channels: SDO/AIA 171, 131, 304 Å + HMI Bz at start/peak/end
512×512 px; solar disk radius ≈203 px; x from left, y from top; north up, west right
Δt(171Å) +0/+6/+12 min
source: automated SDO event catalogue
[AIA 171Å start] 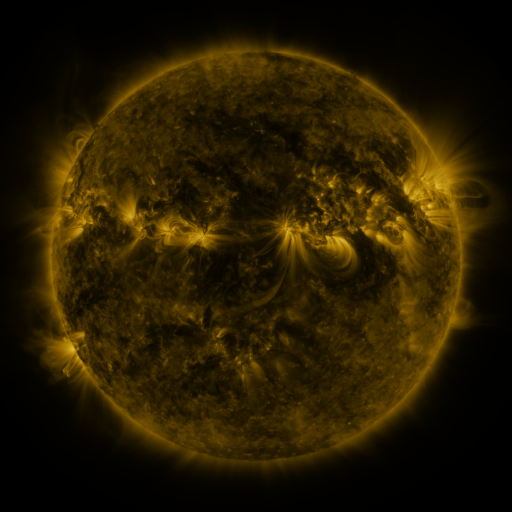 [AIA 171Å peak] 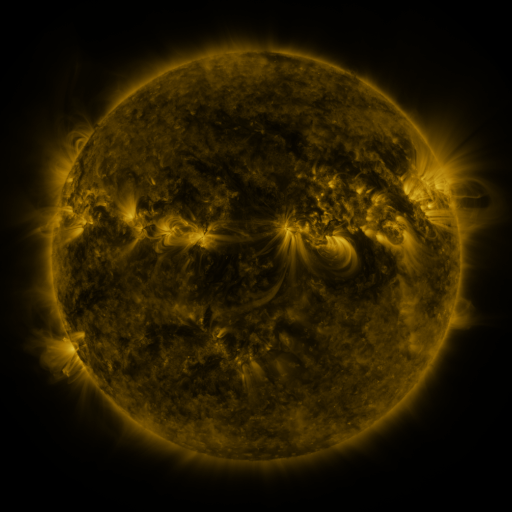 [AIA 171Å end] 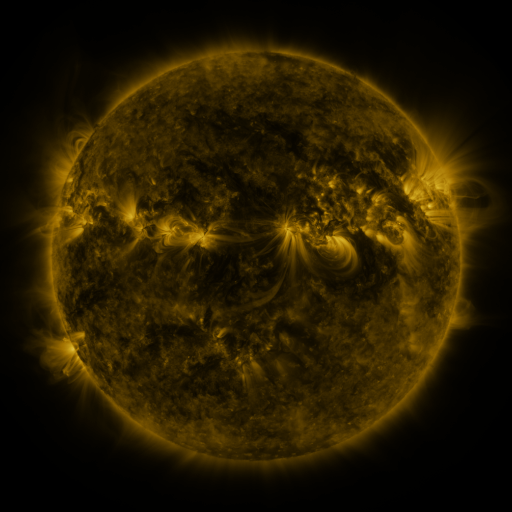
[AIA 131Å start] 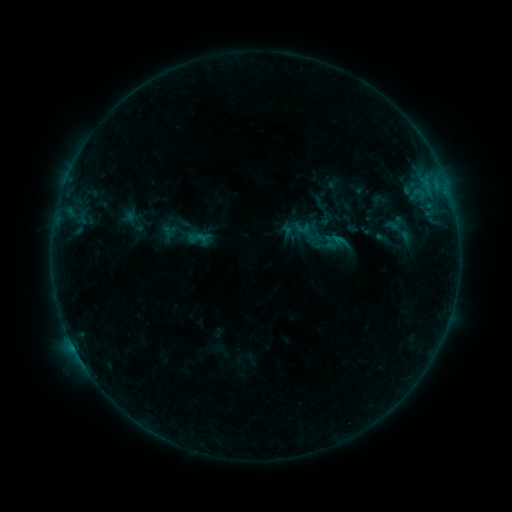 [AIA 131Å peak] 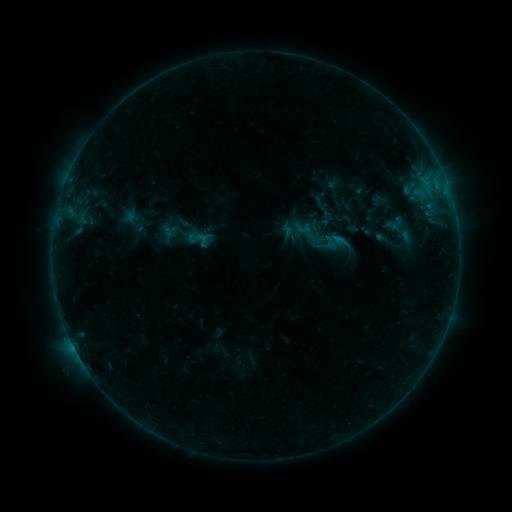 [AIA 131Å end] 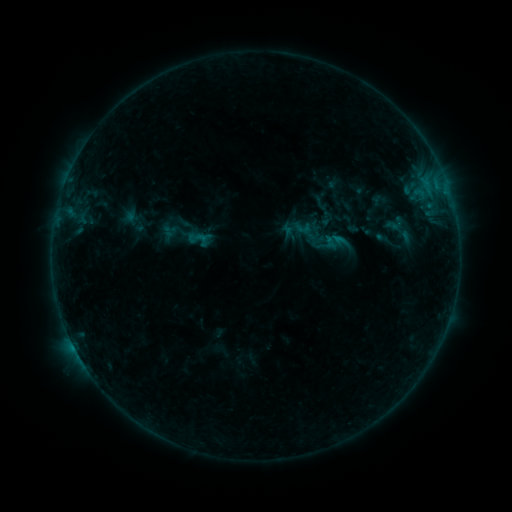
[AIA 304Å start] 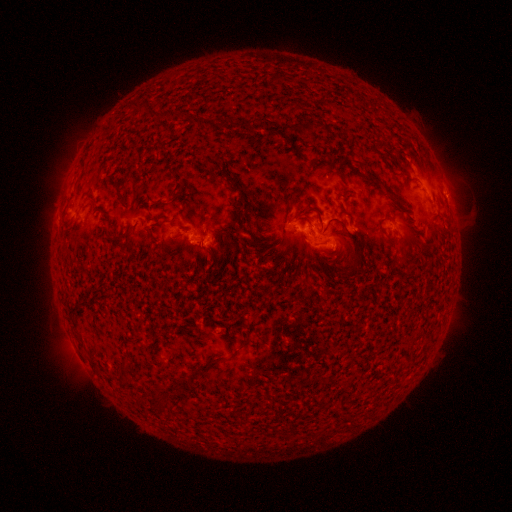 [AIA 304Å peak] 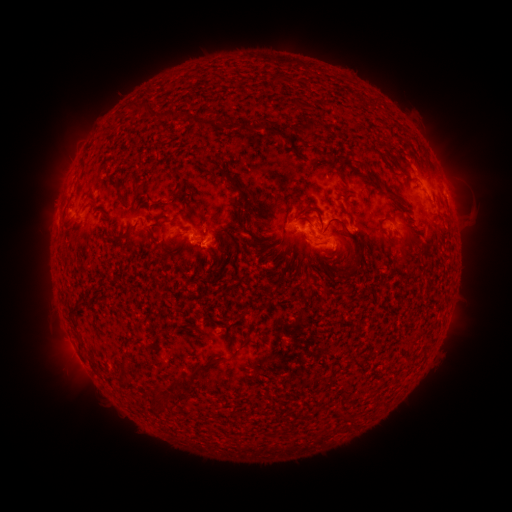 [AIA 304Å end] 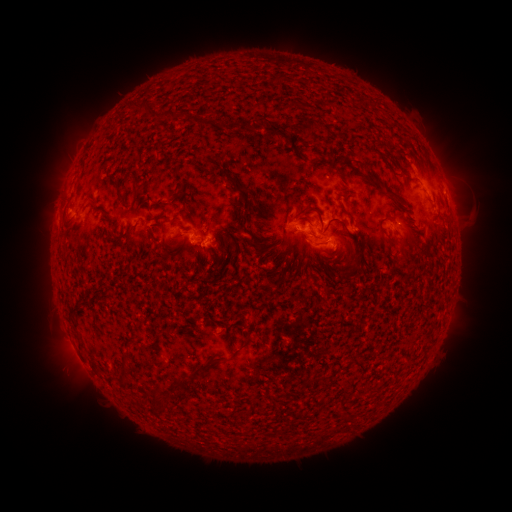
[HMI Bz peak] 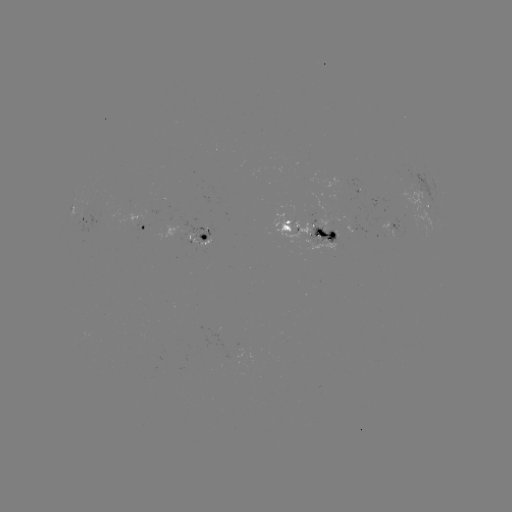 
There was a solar eruption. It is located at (450, 174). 